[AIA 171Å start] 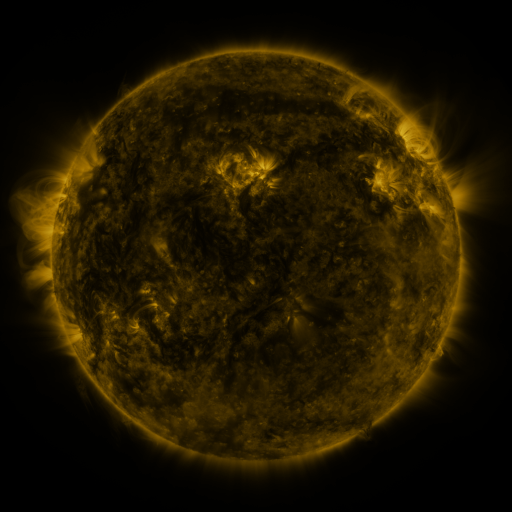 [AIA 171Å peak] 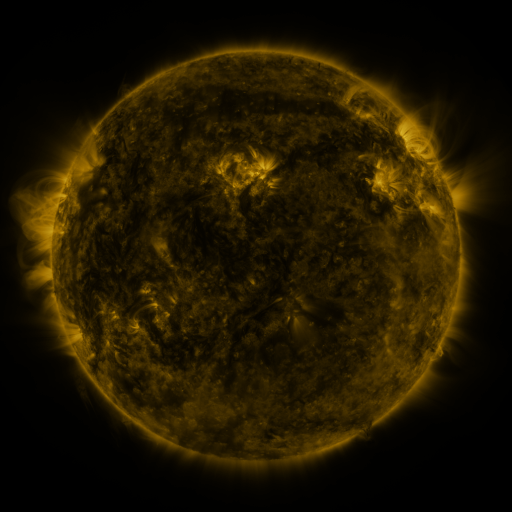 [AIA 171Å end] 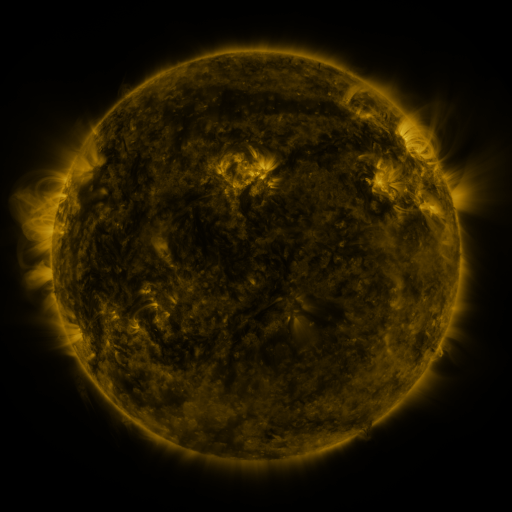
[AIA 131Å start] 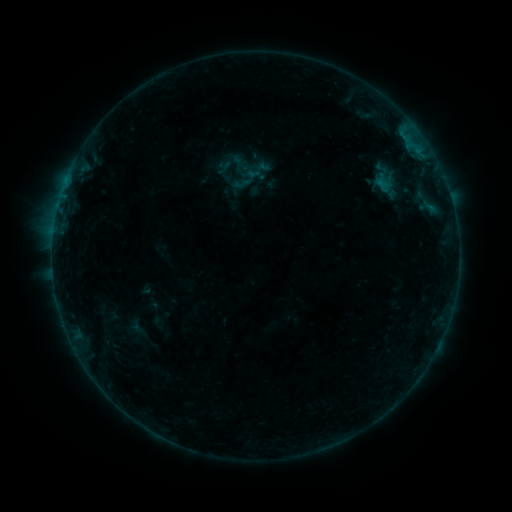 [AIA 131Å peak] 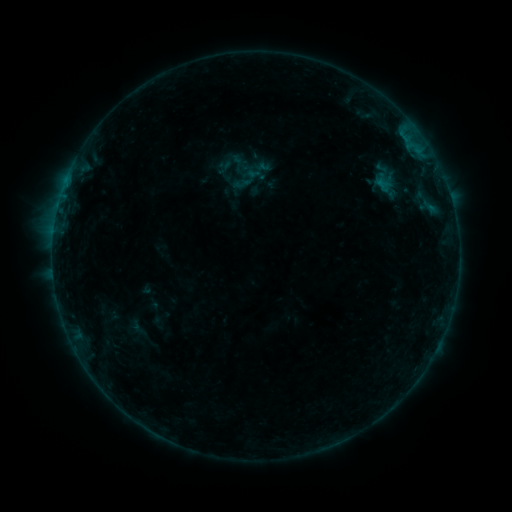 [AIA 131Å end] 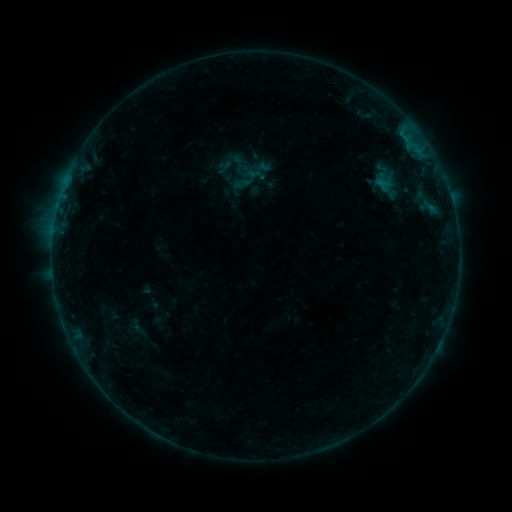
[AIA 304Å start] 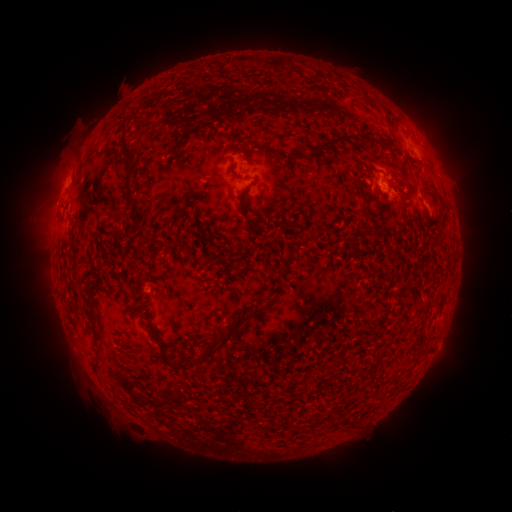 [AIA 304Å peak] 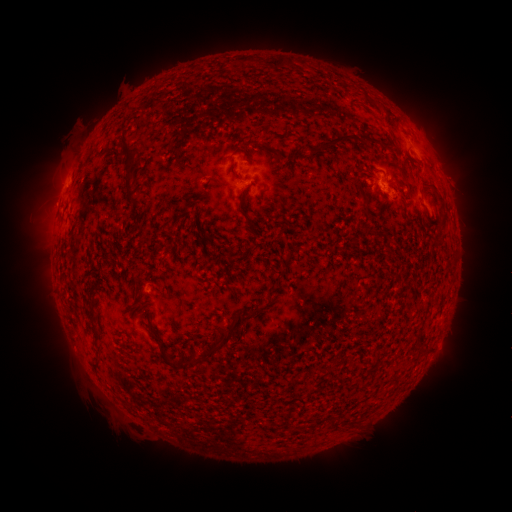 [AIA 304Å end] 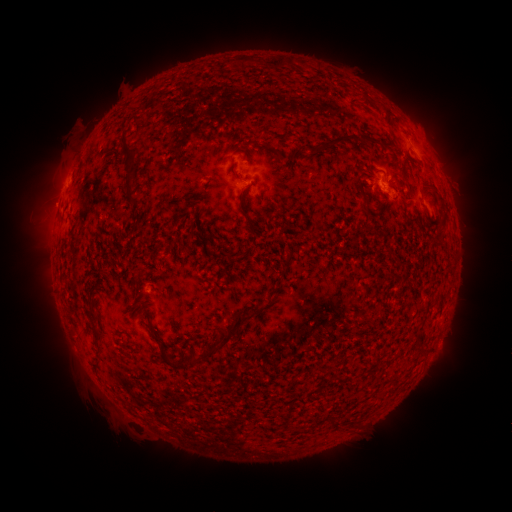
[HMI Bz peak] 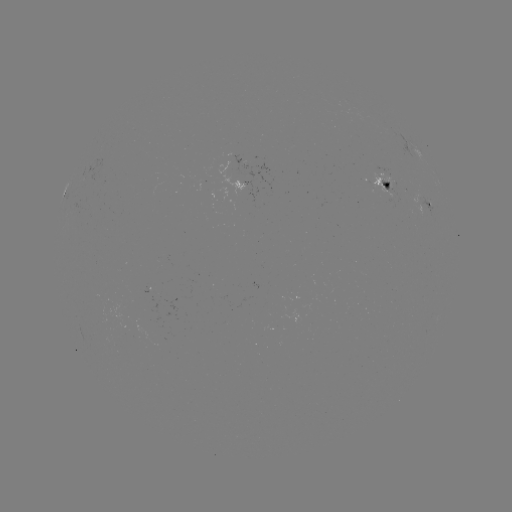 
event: eruption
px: (320, 210)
